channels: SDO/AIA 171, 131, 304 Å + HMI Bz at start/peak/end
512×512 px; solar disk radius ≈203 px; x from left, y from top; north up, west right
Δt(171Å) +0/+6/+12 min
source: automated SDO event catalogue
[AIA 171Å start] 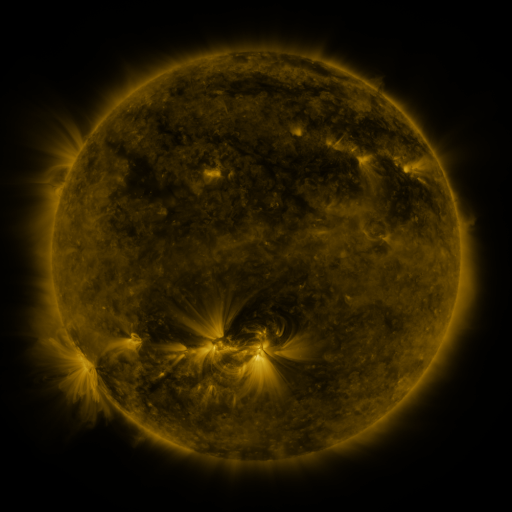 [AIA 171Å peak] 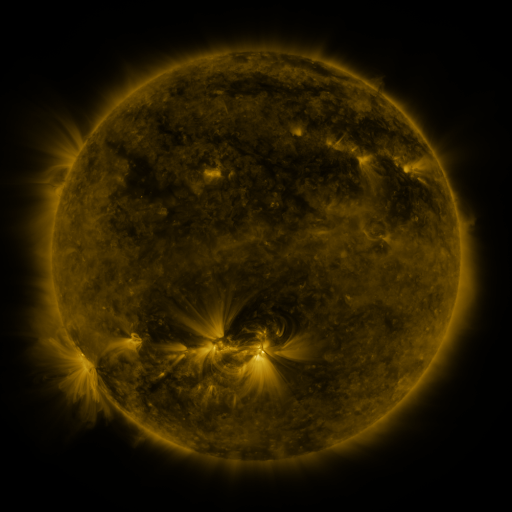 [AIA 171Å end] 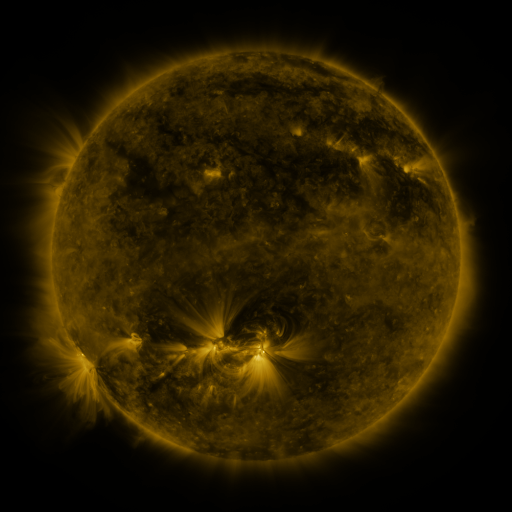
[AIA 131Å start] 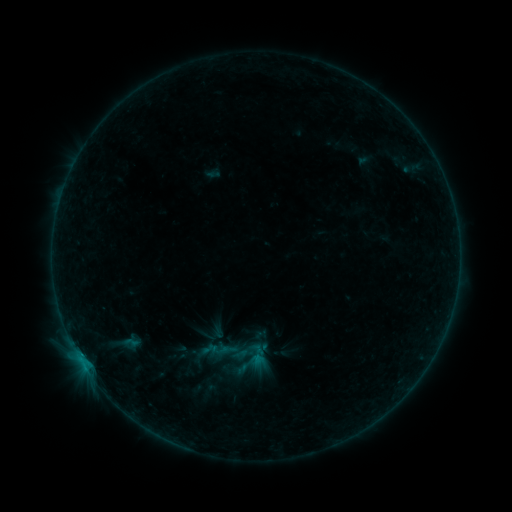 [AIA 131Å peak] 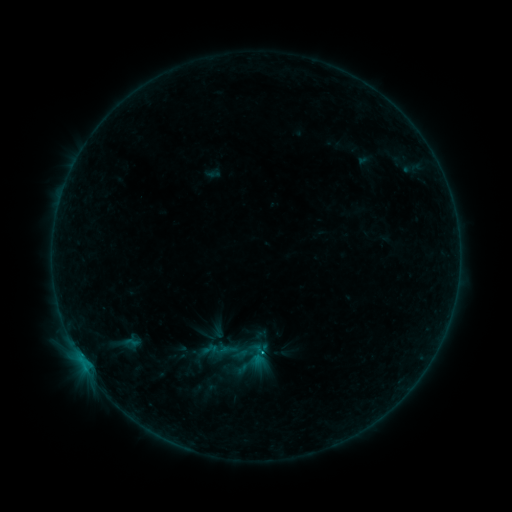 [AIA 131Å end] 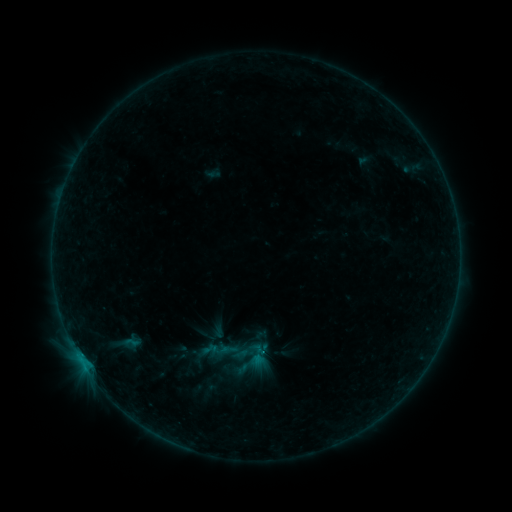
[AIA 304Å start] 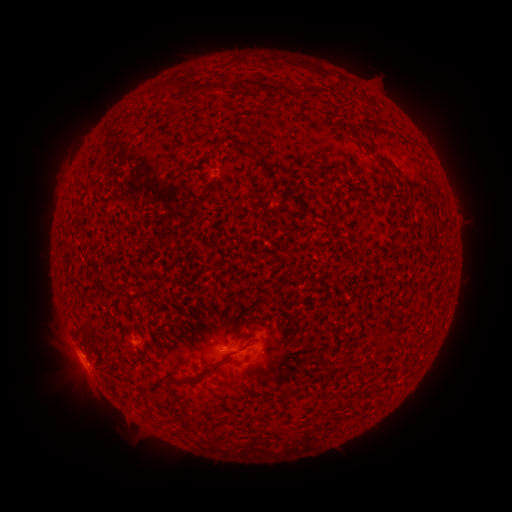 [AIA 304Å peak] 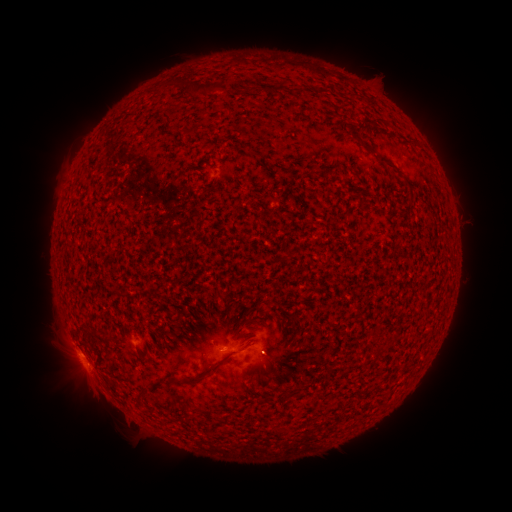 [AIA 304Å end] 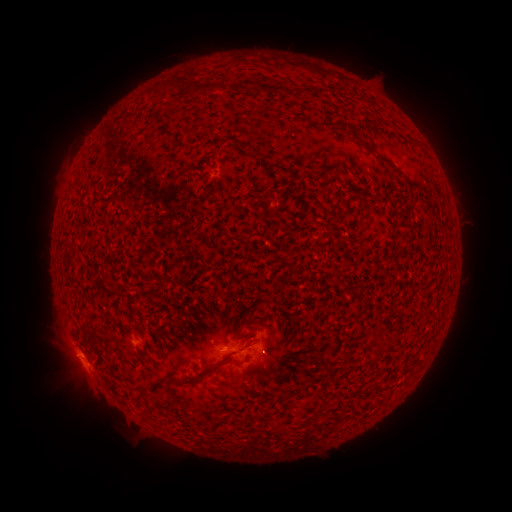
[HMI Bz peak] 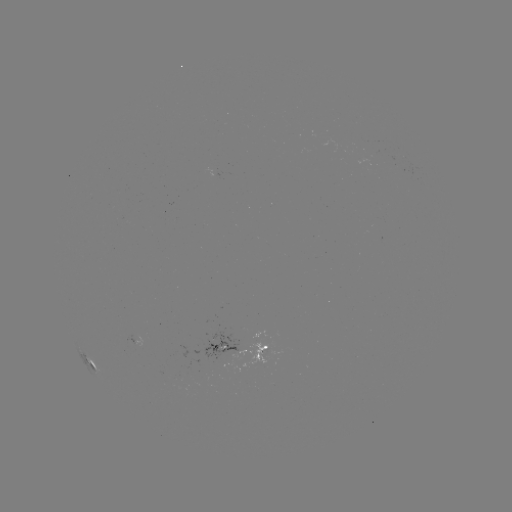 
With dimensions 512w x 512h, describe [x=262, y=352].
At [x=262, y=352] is B5.7 flare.